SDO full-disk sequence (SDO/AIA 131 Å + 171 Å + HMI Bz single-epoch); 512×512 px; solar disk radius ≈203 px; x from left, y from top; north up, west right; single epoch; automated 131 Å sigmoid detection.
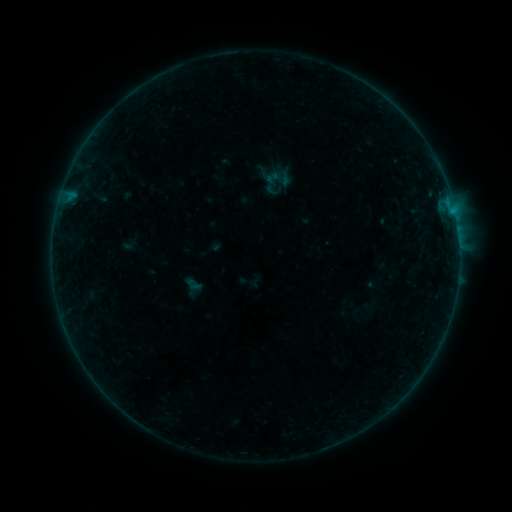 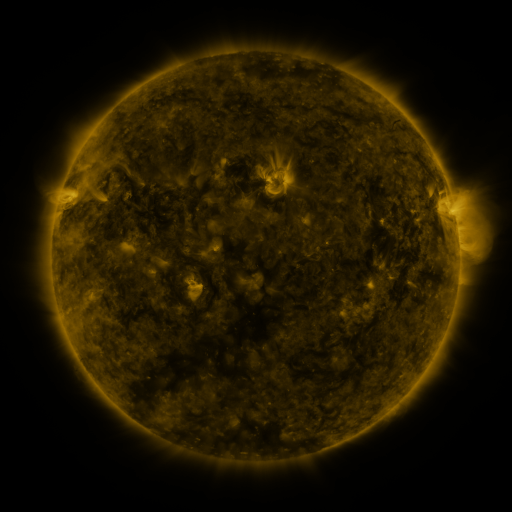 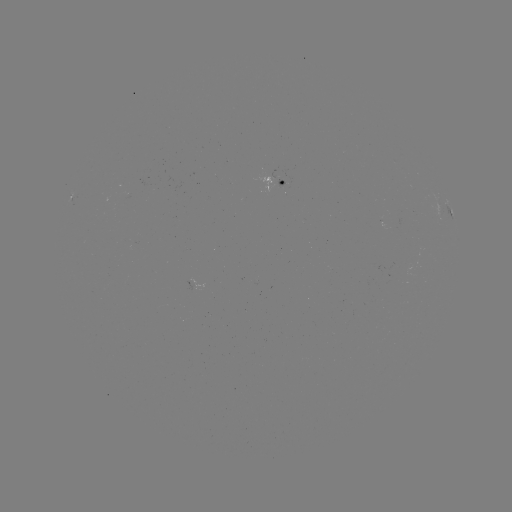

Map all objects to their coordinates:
sigmoid: (279, 178)
